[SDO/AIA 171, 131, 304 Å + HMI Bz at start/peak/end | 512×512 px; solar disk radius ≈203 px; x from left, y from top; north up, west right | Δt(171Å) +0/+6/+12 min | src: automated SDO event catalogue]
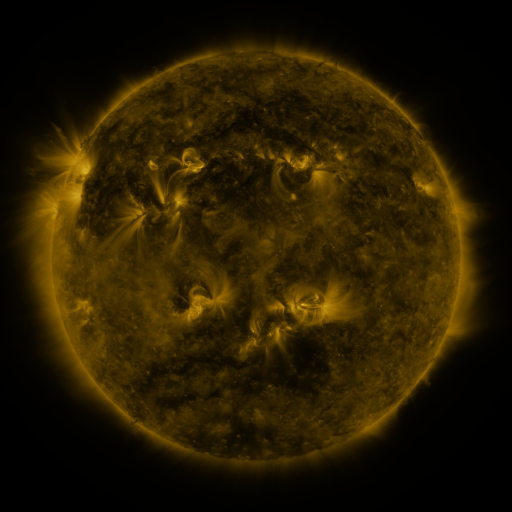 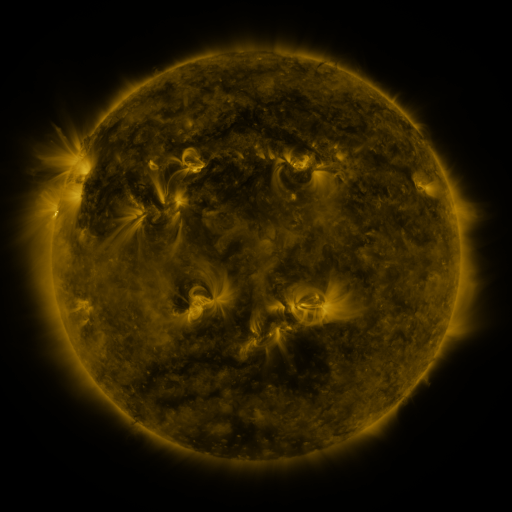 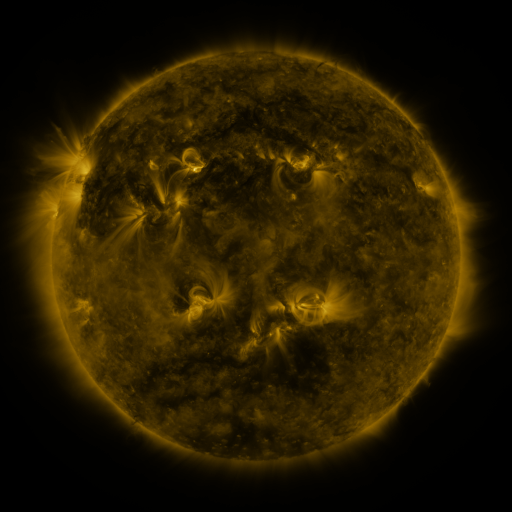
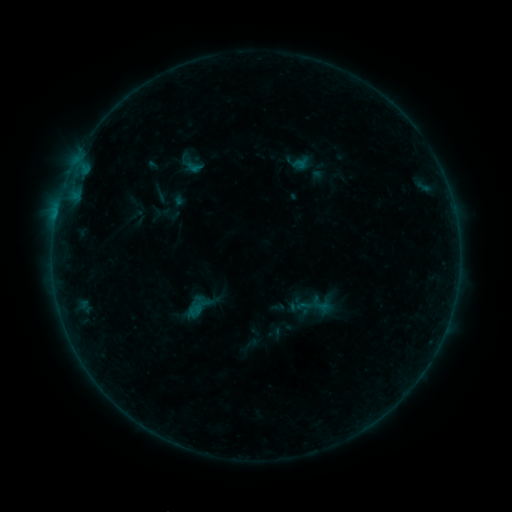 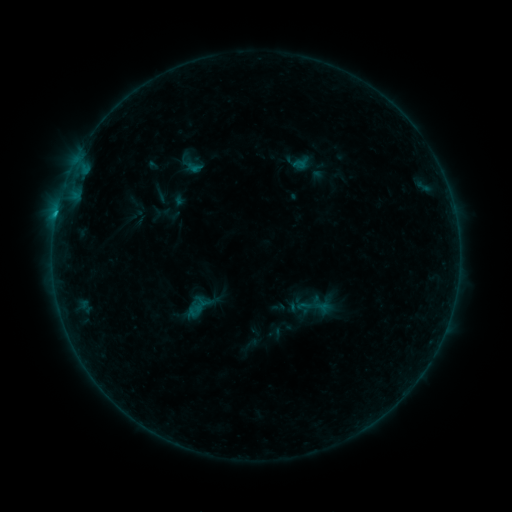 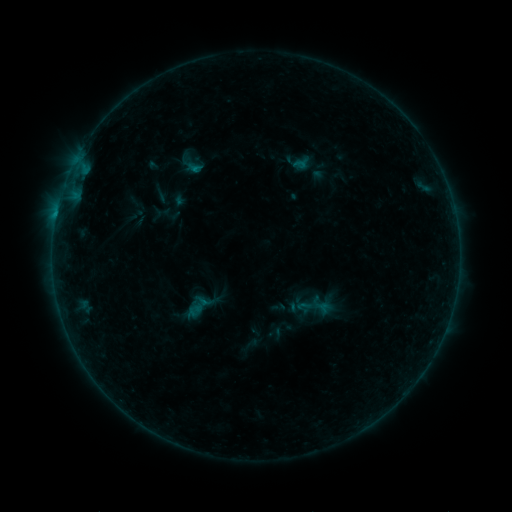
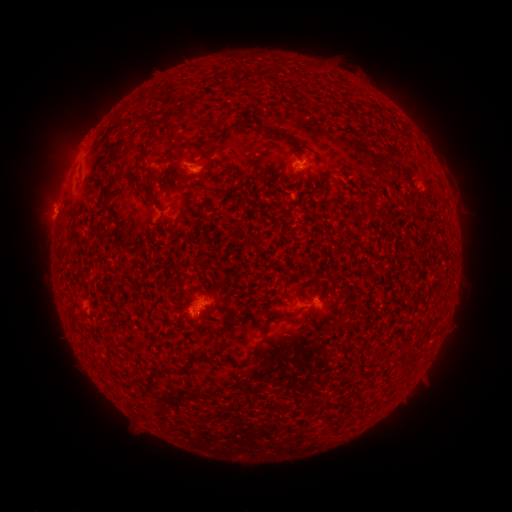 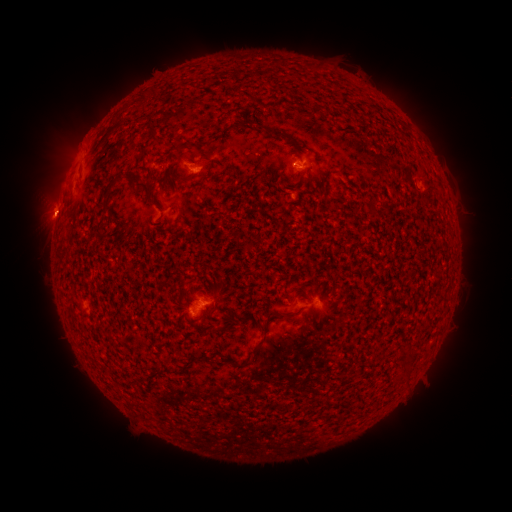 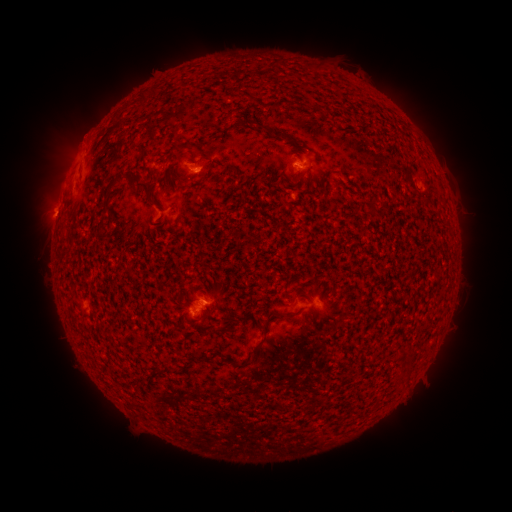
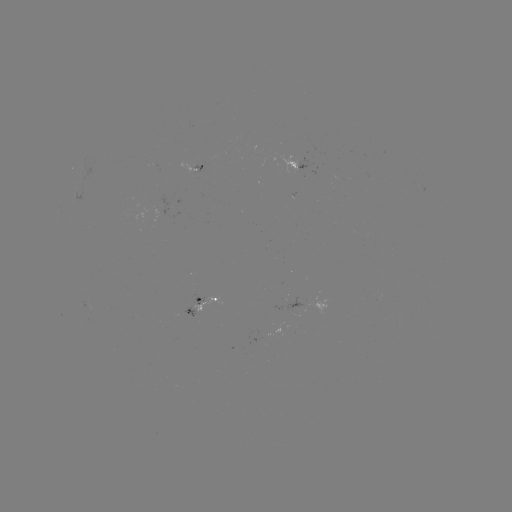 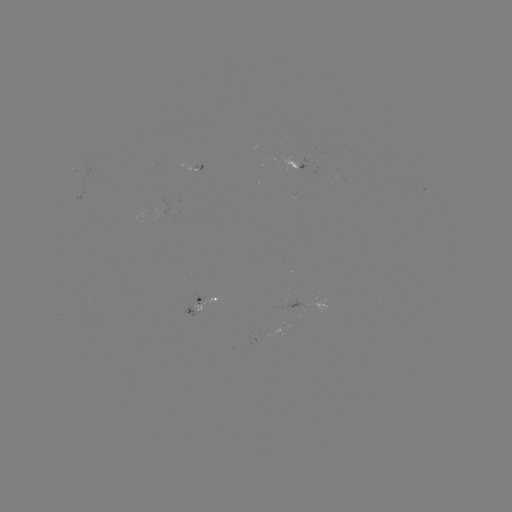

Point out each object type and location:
B5.8 flare: (196, 171)
